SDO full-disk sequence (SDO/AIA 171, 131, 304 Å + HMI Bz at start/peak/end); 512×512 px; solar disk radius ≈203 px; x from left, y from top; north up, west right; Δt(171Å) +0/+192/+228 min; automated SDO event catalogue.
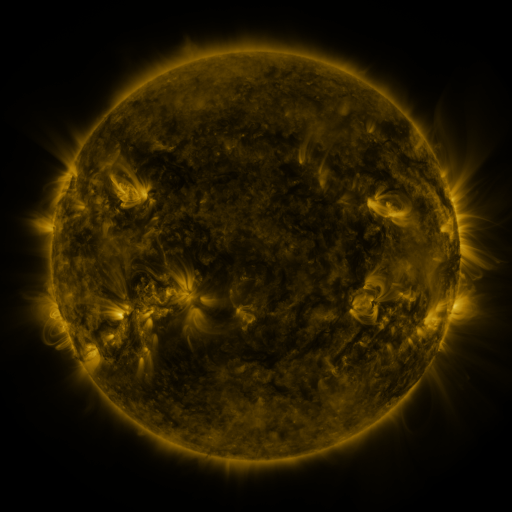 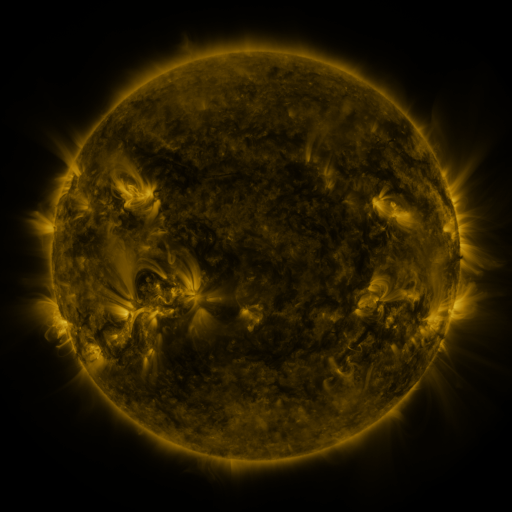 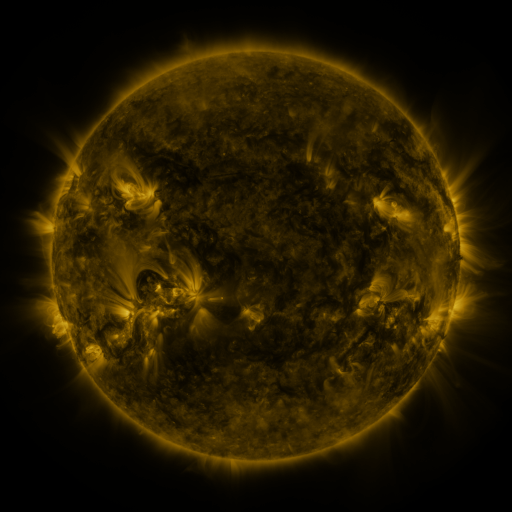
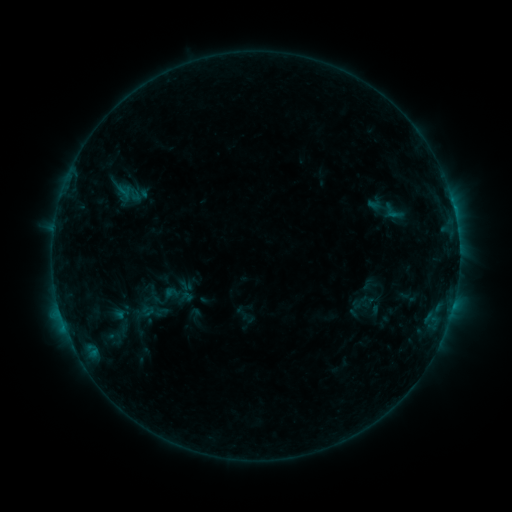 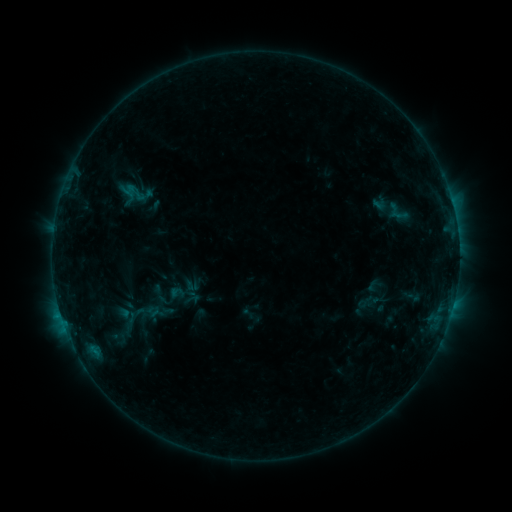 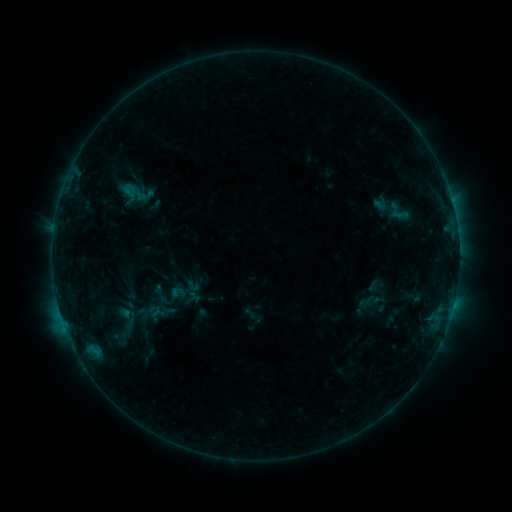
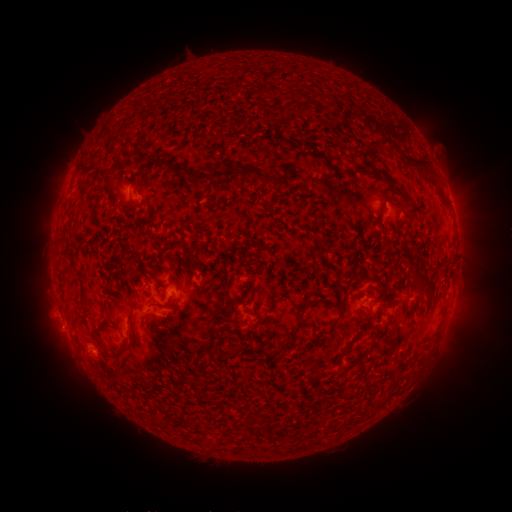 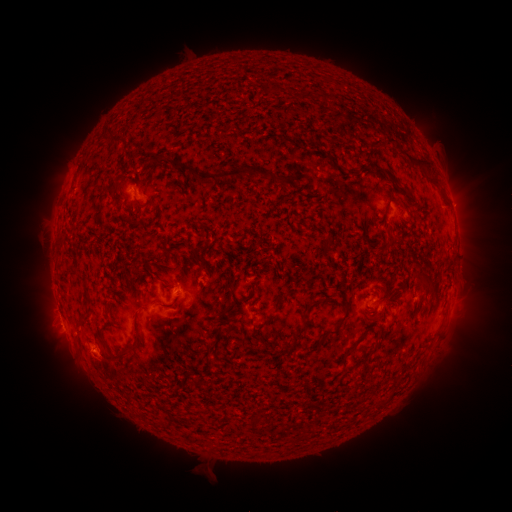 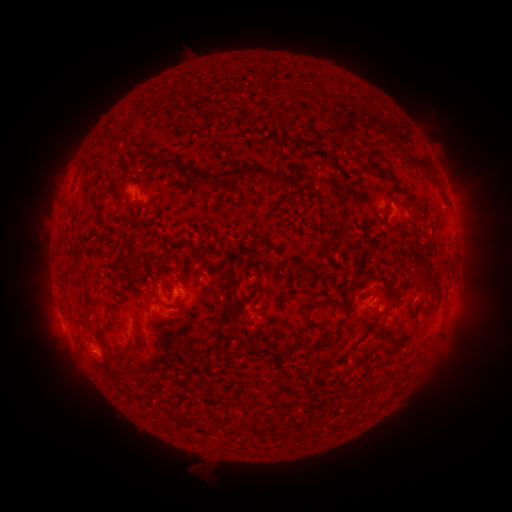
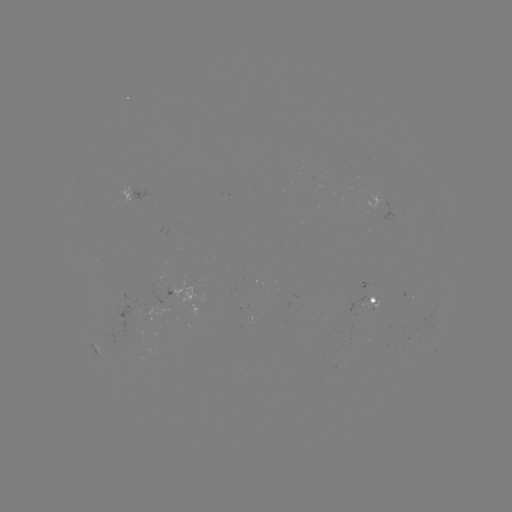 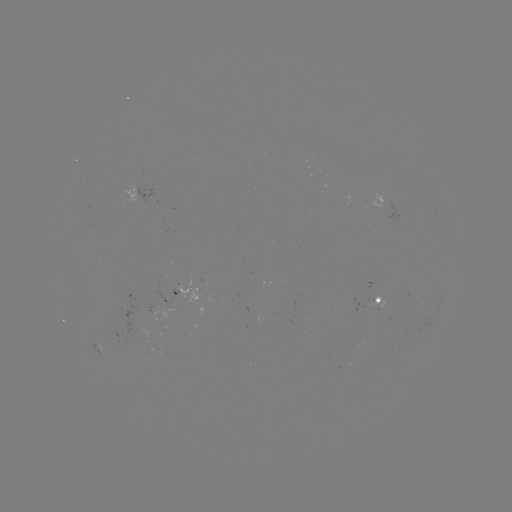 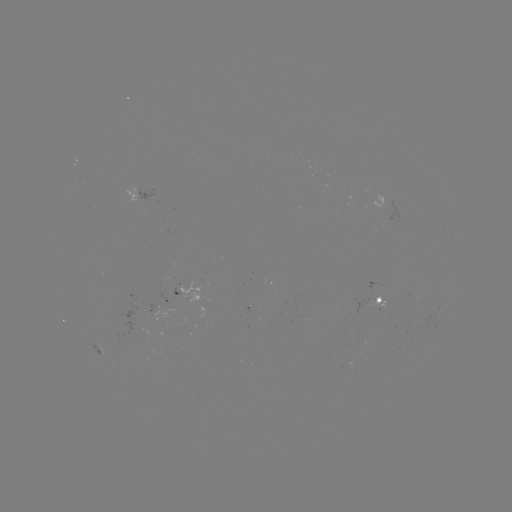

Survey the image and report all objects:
emerging-flux region: (184, 290)
